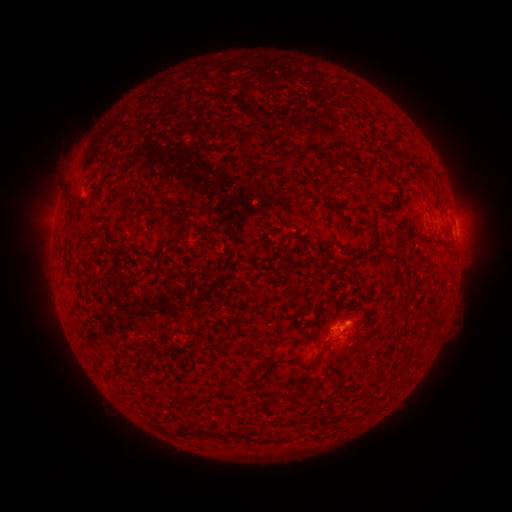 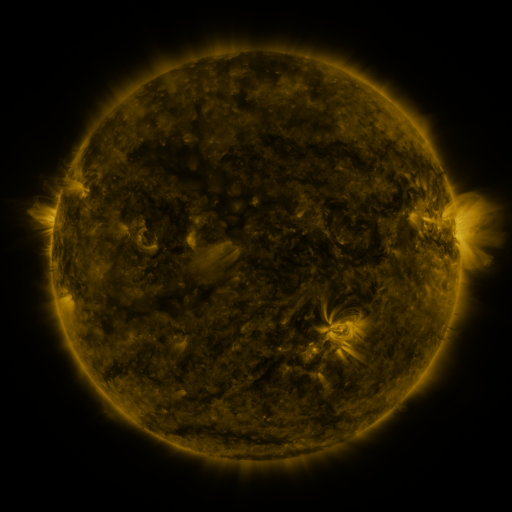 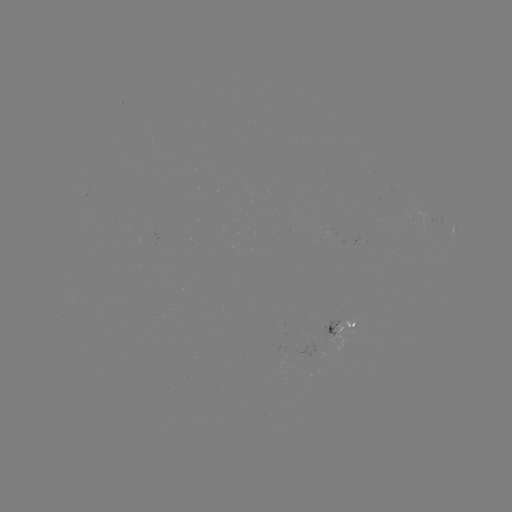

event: spotted active region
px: (339, 323)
